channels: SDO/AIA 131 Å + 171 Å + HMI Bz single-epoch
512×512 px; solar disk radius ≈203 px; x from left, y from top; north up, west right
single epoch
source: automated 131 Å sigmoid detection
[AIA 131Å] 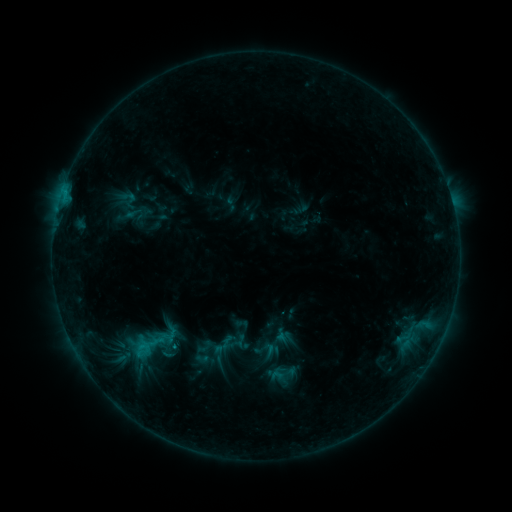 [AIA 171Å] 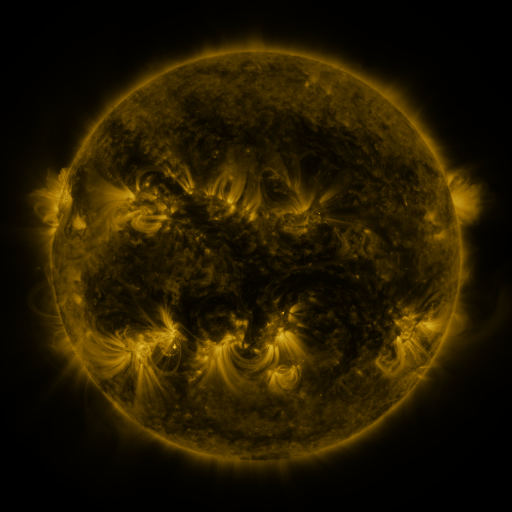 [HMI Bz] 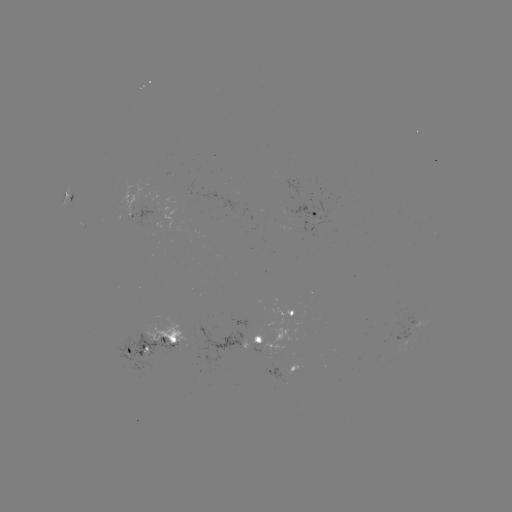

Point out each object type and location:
sigmoid: (145, 346)
